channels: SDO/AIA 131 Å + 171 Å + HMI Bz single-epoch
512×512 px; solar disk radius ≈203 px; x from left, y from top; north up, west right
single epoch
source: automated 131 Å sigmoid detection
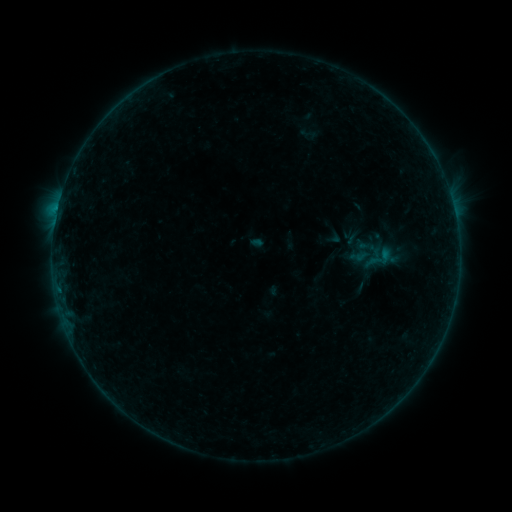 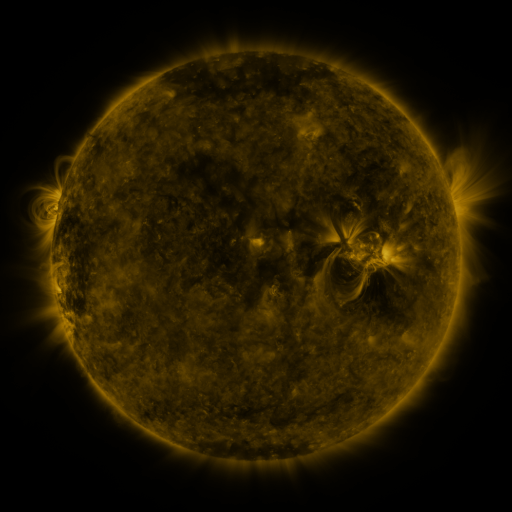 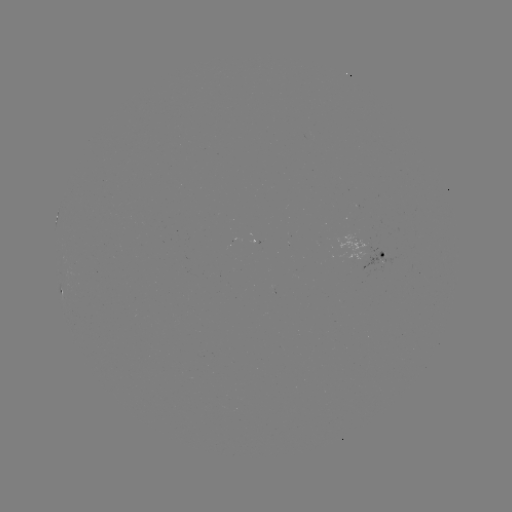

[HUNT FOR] sigmoid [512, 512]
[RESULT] [380, 258]